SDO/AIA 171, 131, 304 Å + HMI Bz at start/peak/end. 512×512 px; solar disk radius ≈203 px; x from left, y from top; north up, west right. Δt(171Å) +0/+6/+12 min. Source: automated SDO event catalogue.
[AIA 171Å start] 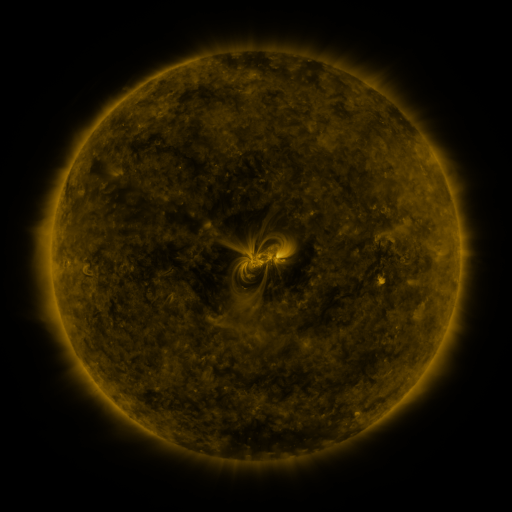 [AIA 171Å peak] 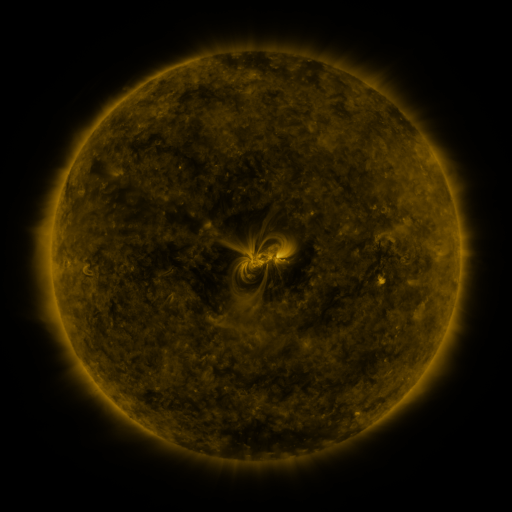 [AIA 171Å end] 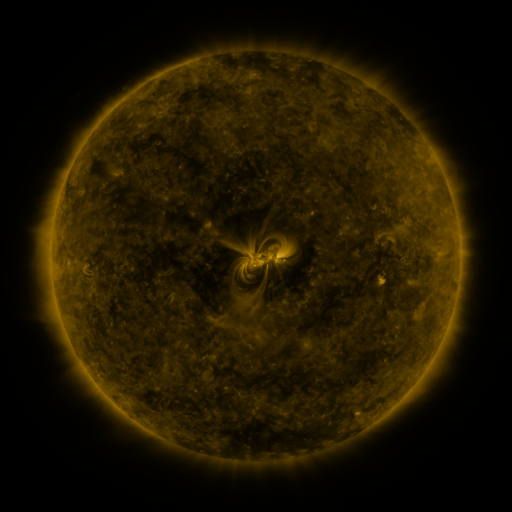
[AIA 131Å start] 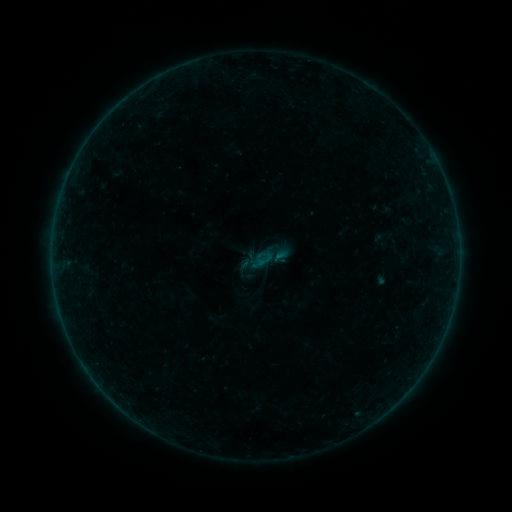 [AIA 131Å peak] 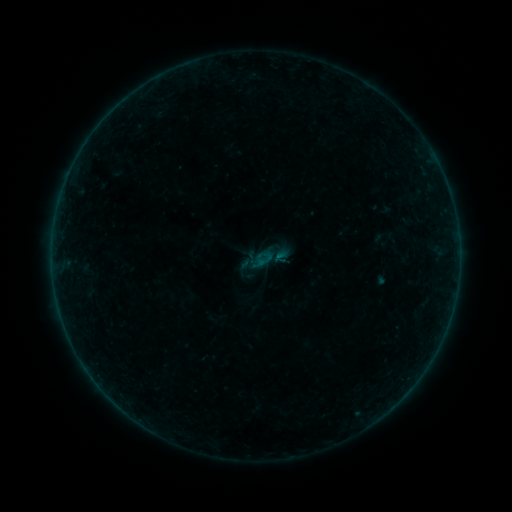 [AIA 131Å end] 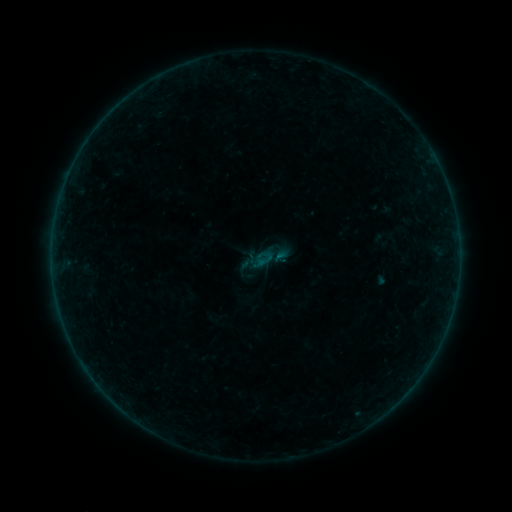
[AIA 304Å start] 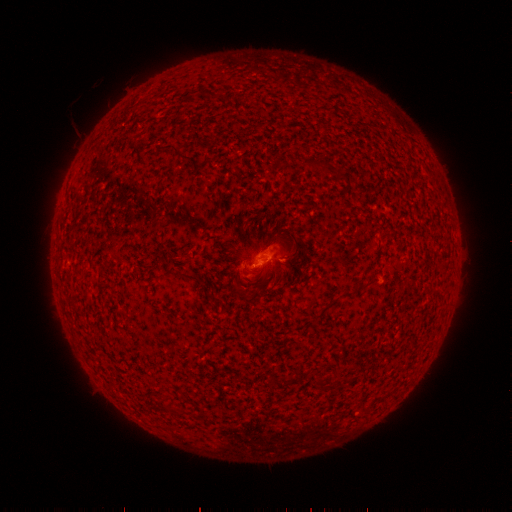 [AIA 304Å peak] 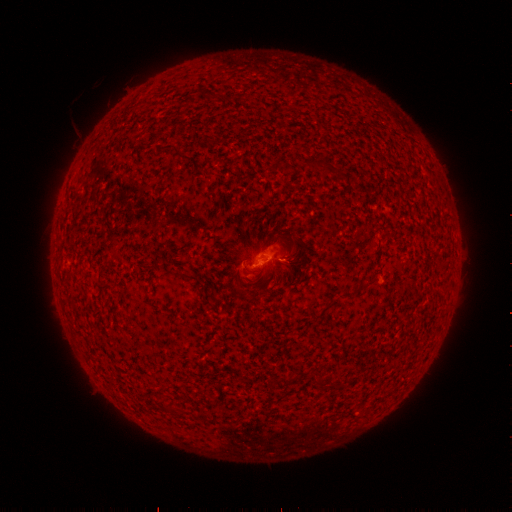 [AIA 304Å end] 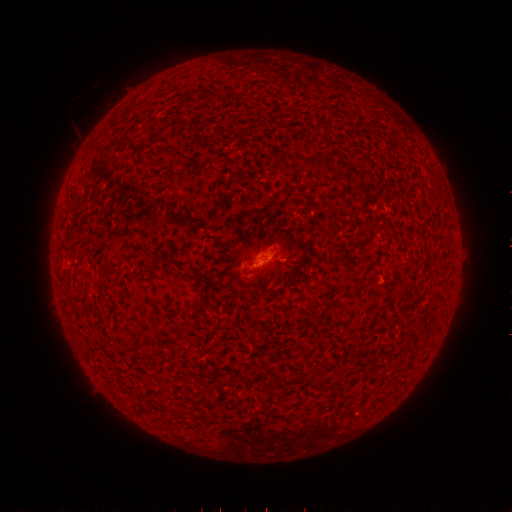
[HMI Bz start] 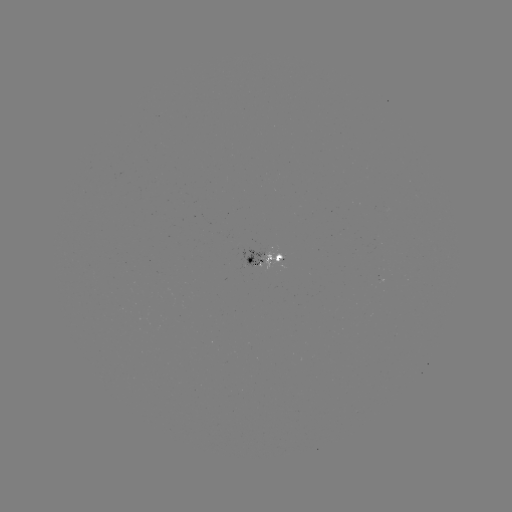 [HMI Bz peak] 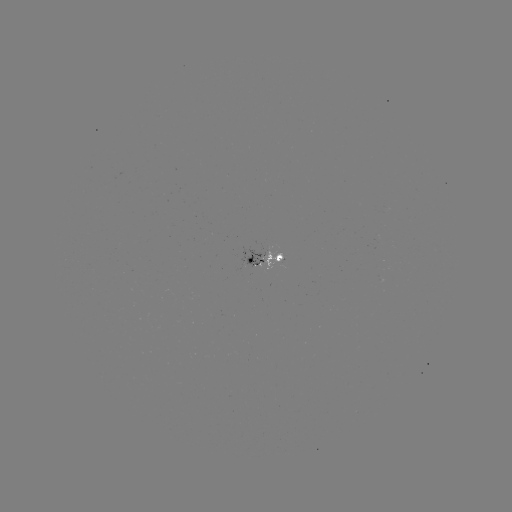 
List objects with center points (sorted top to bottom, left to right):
B1.0 flare: (280, 261)
